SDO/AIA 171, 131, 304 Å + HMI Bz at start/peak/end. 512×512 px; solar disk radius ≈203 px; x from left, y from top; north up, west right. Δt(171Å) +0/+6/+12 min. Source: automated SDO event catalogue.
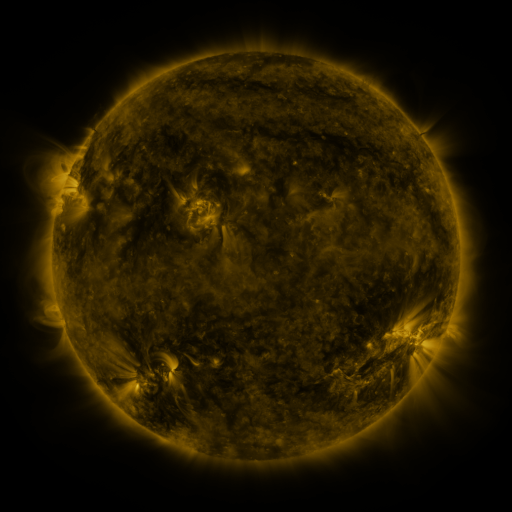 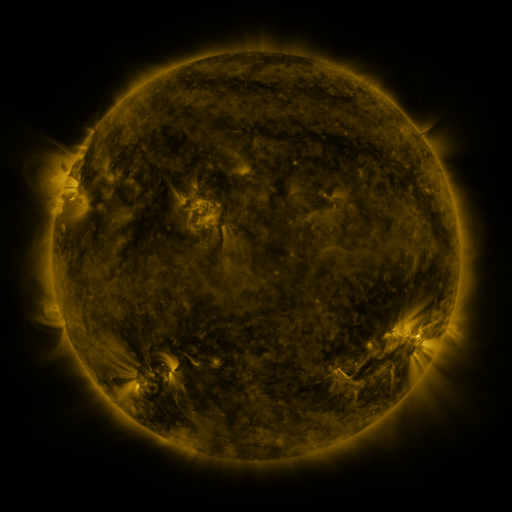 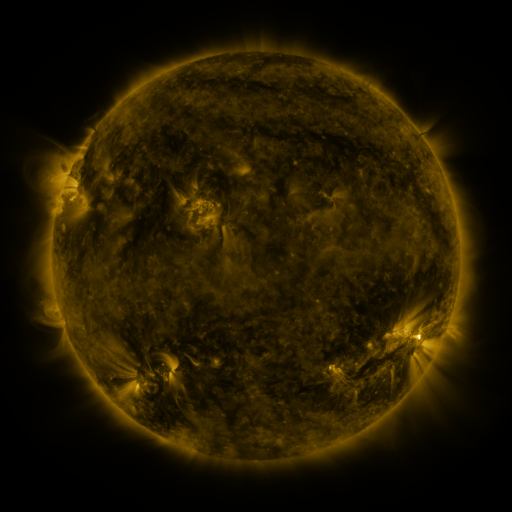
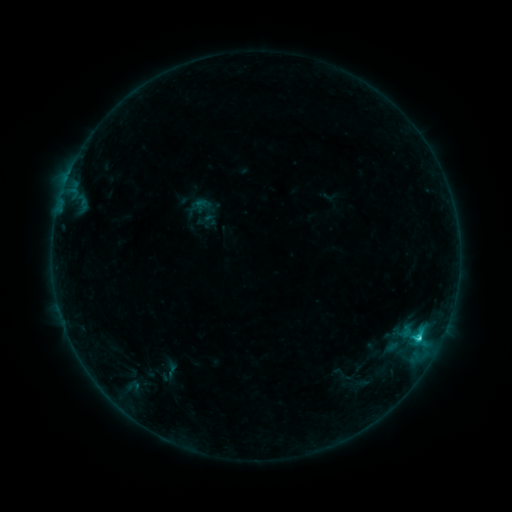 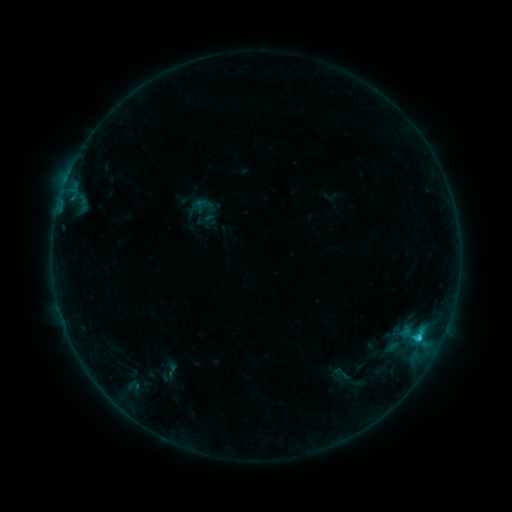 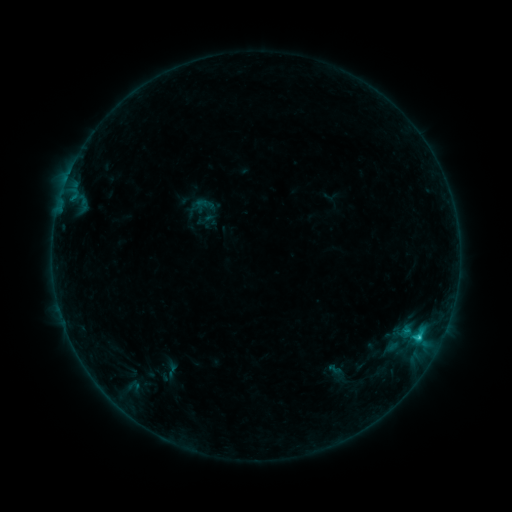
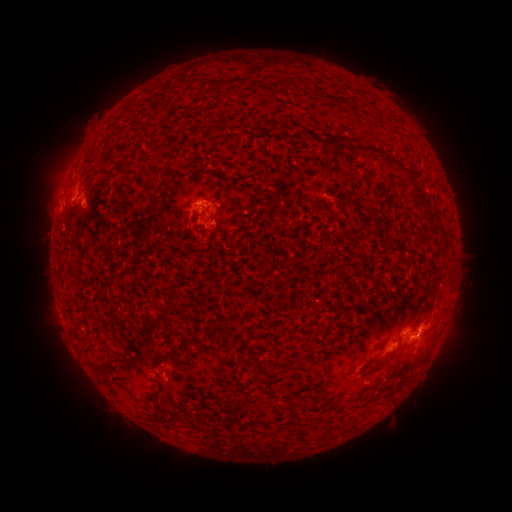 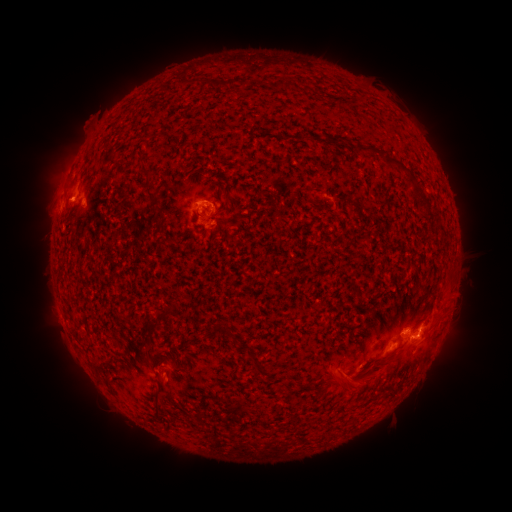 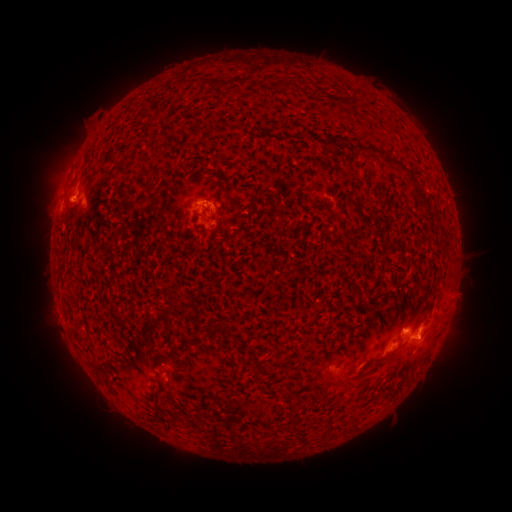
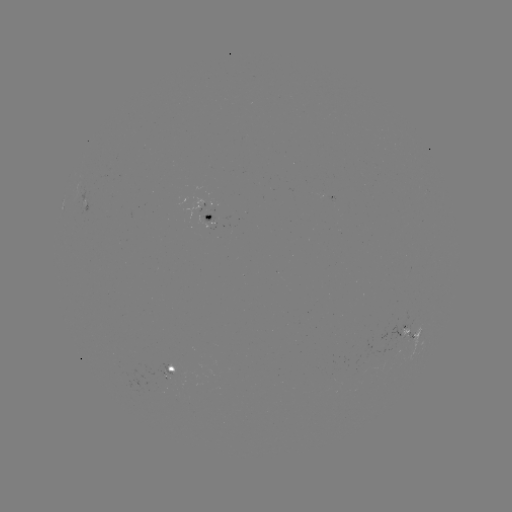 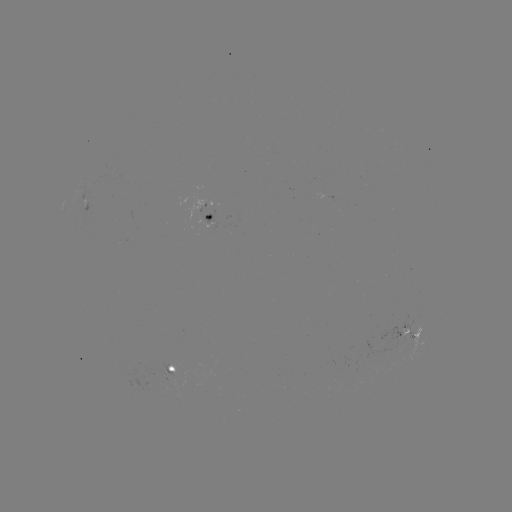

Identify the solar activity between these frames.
eruption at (355, 383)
